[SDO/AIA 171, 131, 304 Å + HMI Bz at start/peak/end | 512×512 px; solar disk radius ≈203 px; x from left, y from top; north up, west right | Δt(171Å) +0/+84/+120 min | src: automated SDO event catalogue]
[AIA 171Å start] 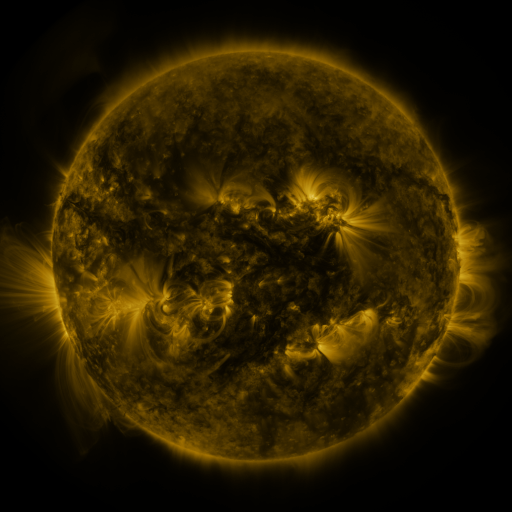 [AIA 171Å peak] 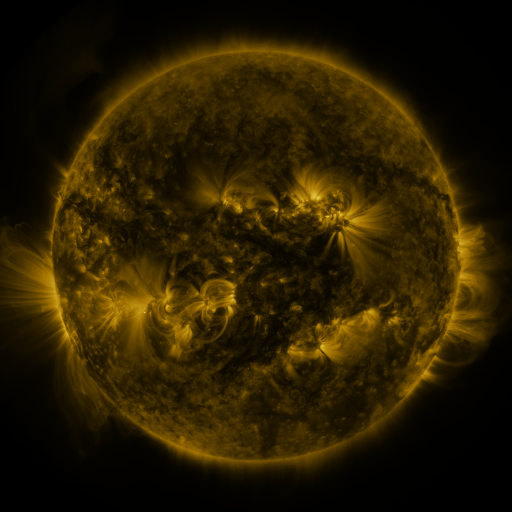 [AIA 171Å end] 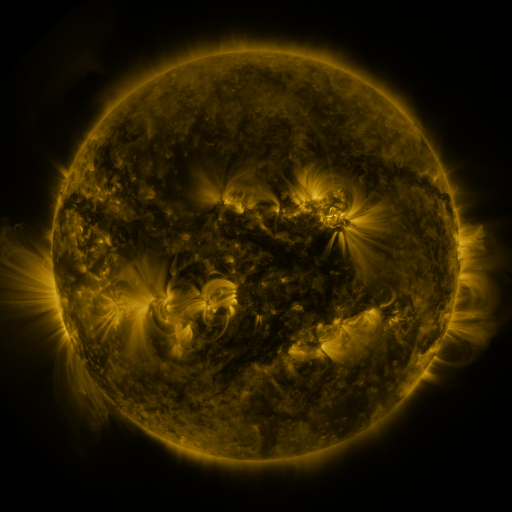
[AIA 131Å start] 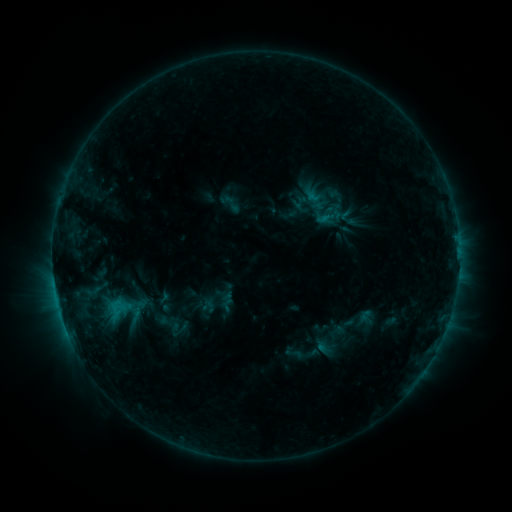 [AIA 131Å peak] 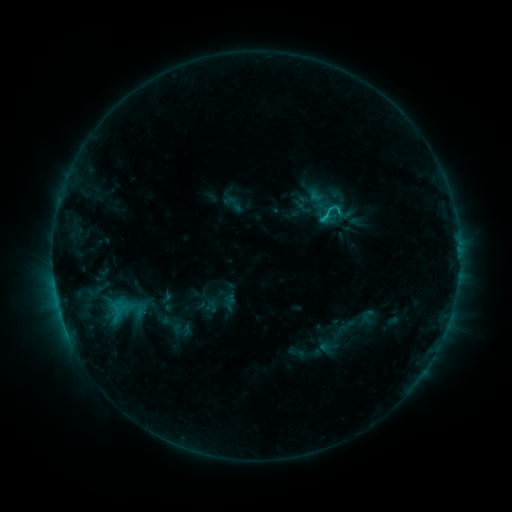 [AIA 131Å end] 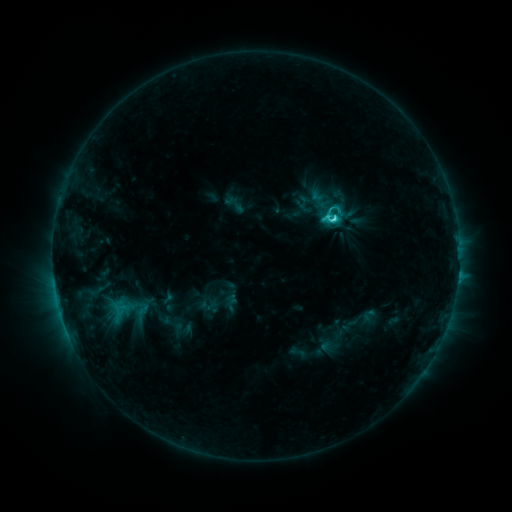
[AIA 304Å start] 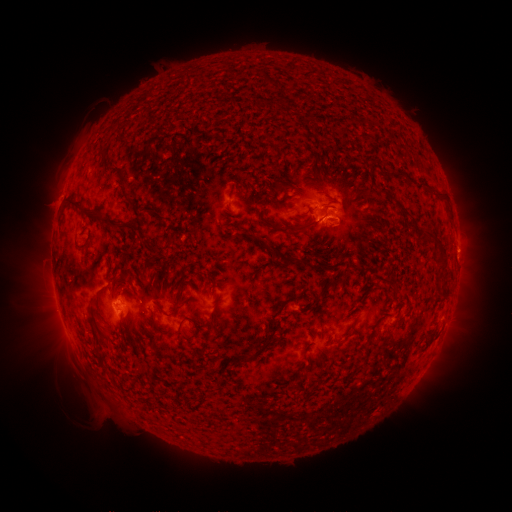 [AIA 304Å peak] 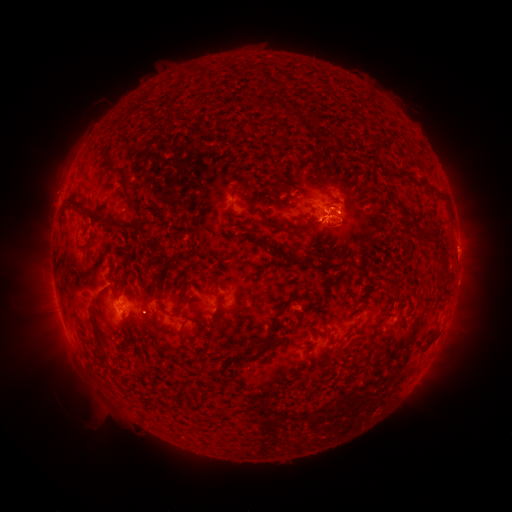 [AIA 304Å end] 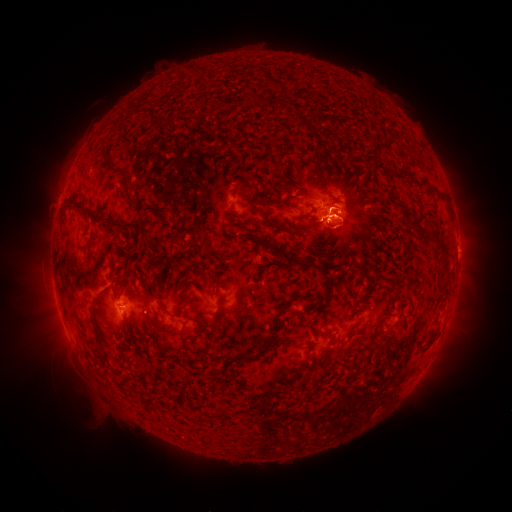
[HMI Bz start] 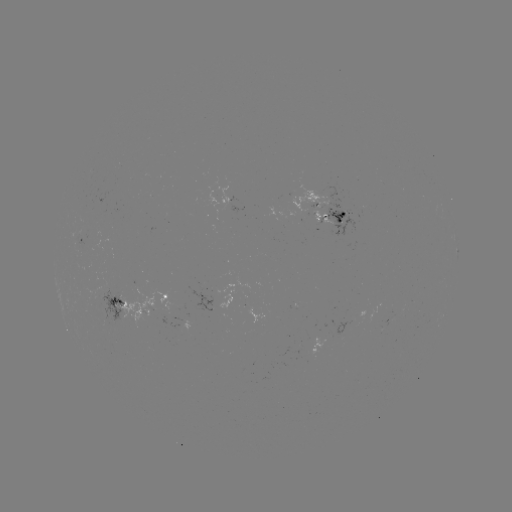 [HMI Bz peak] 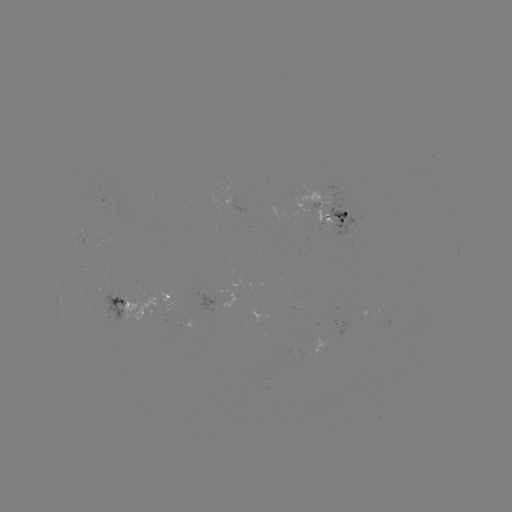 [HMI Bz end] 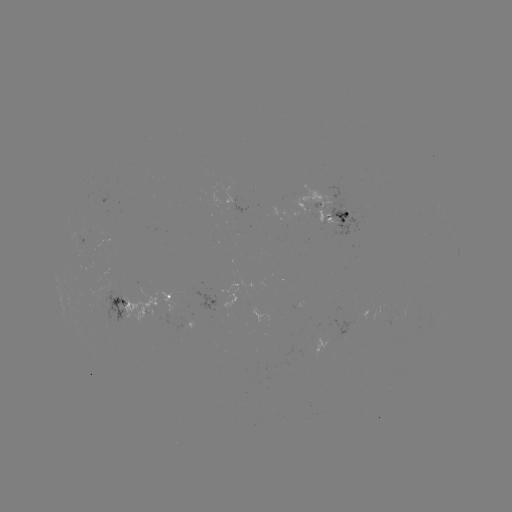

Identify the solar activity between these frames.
emerging-flux region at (333, 217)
